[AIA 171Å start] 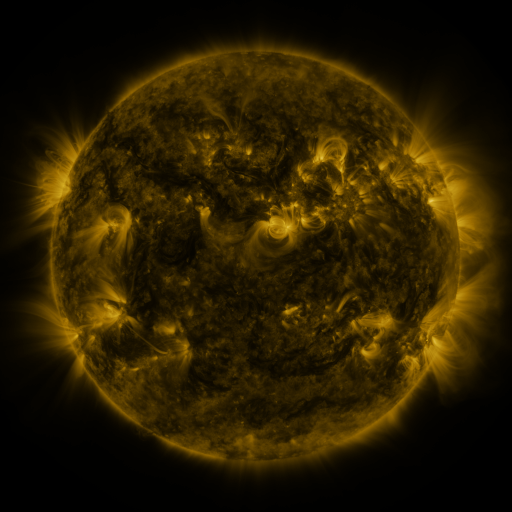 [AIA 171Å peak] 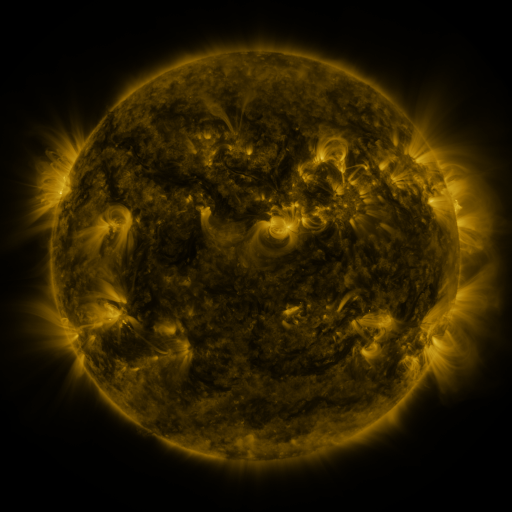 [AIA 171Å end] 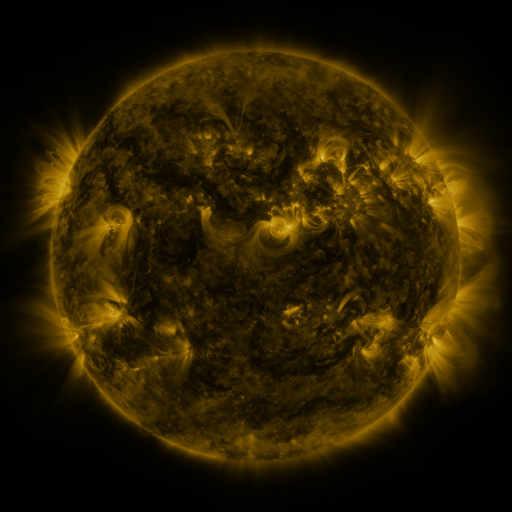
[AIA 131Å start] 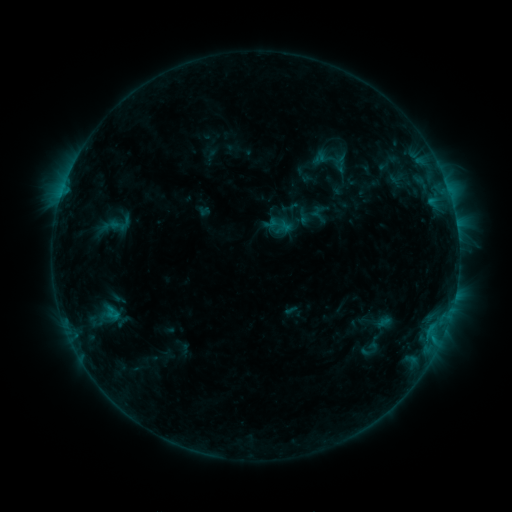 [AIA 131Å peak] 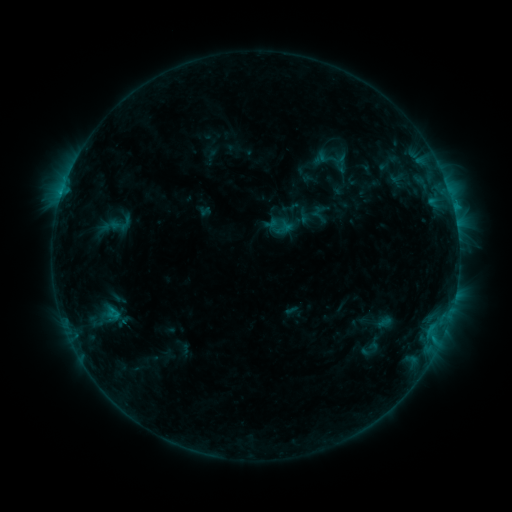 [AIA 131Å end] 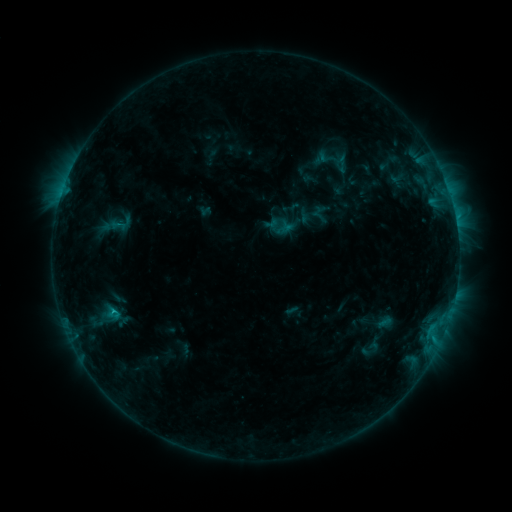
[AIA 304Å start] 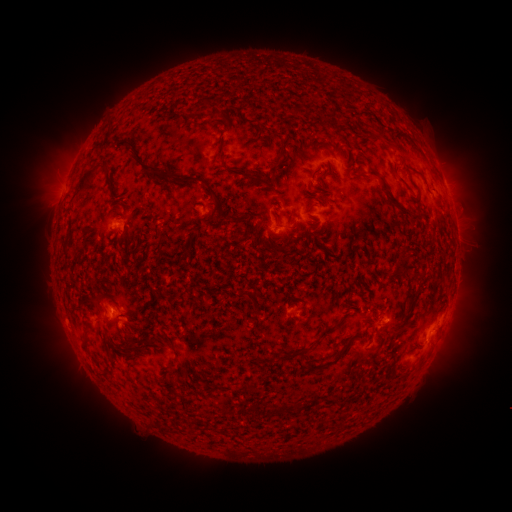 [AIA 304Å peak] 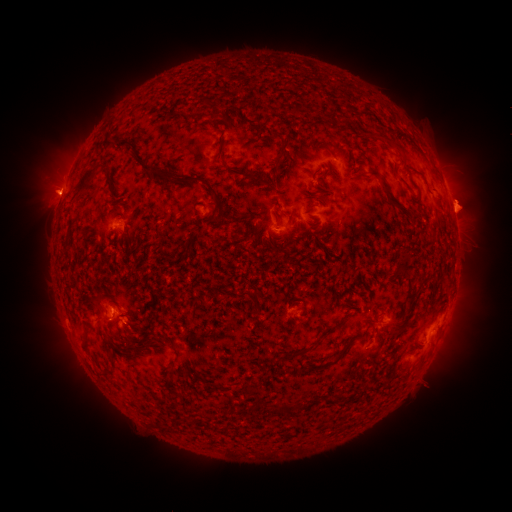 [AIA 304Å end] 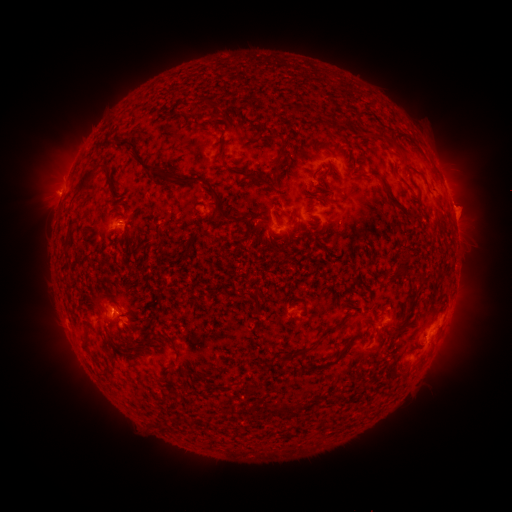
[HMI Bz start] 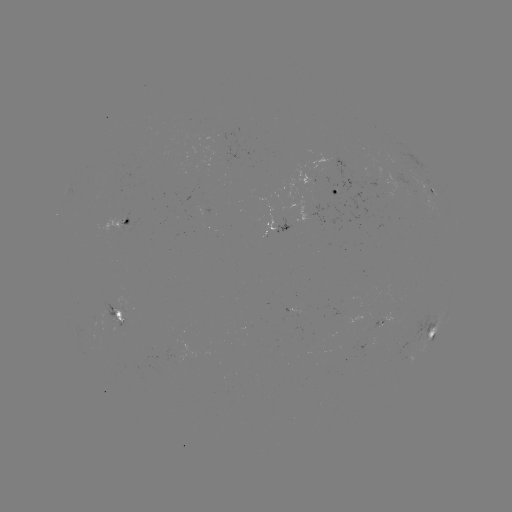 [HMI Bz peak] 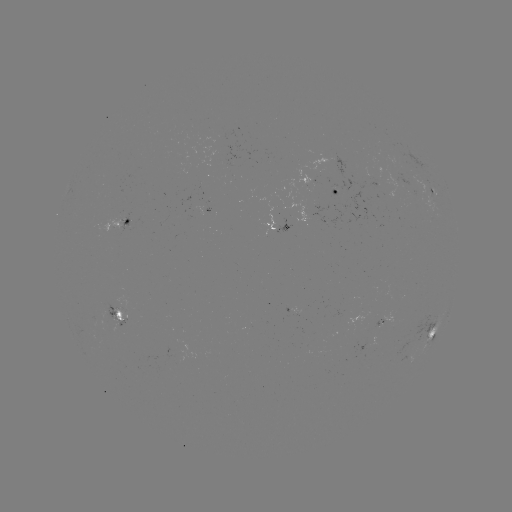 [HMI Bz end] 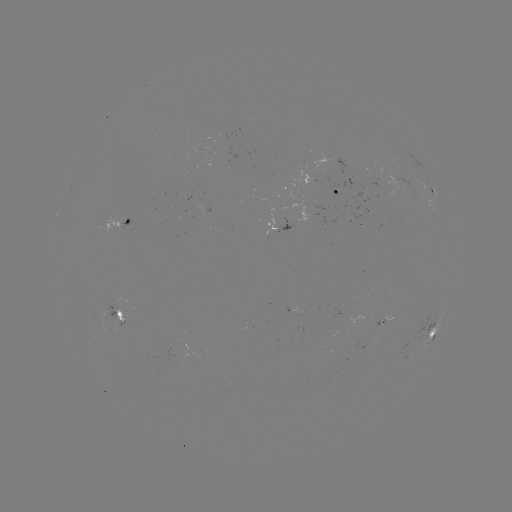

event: eruption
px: (468, 204)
